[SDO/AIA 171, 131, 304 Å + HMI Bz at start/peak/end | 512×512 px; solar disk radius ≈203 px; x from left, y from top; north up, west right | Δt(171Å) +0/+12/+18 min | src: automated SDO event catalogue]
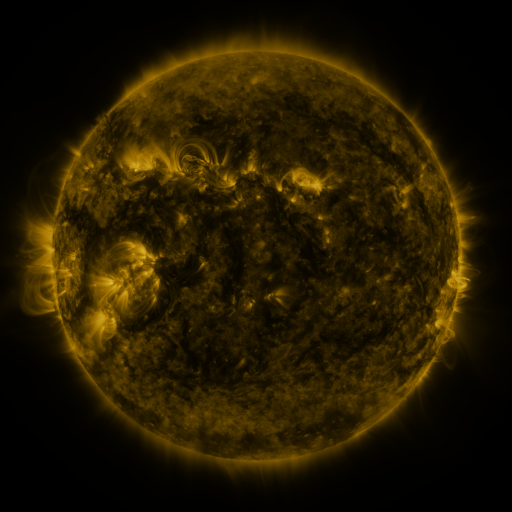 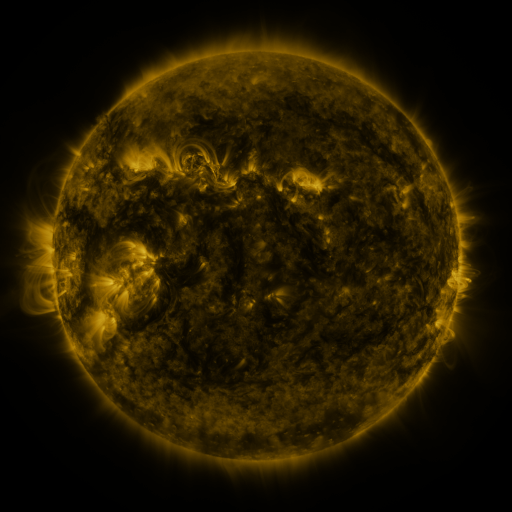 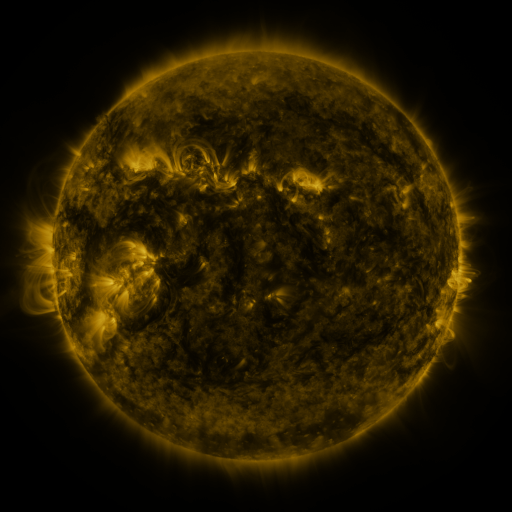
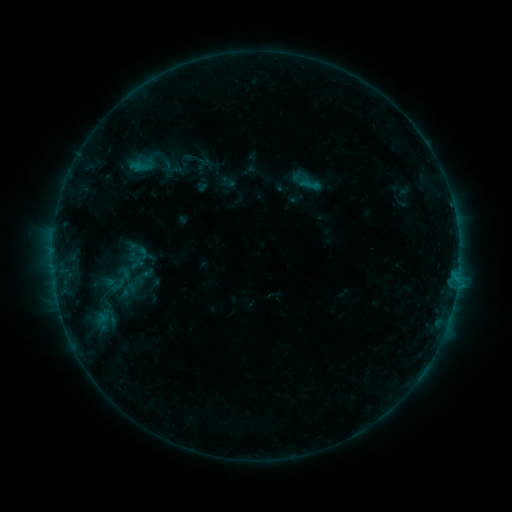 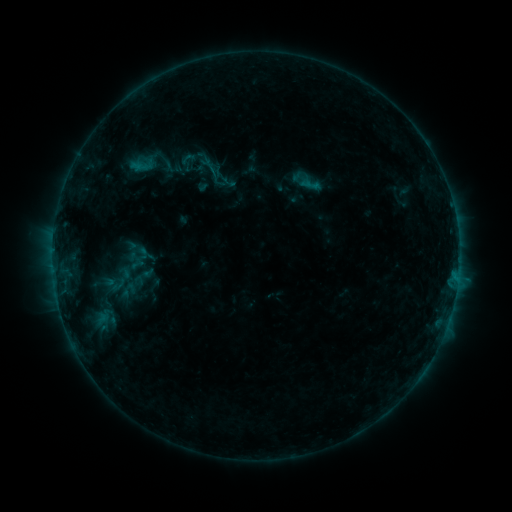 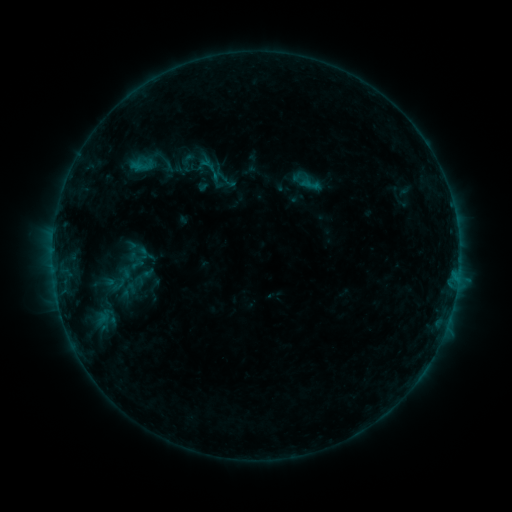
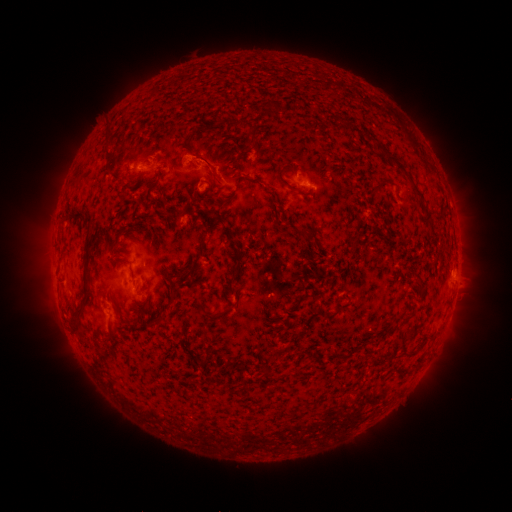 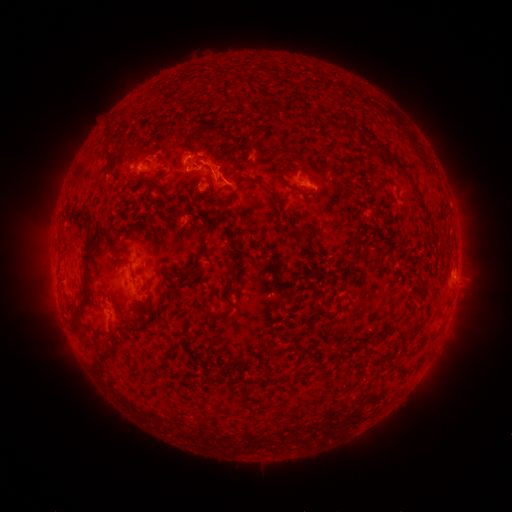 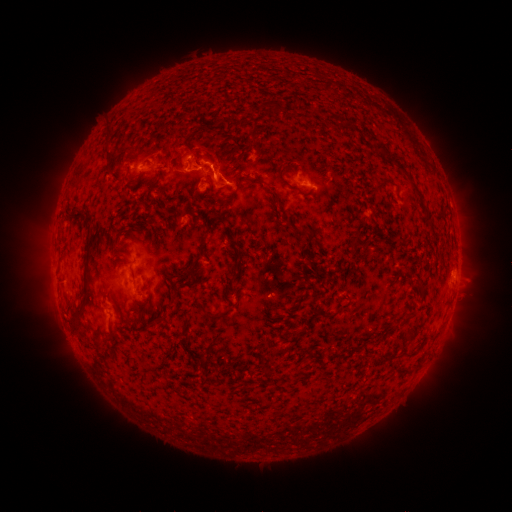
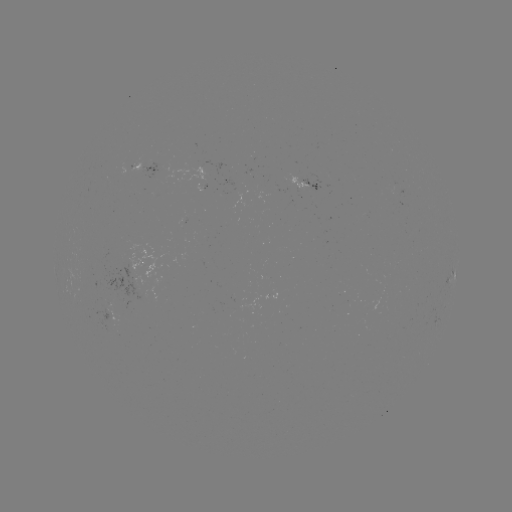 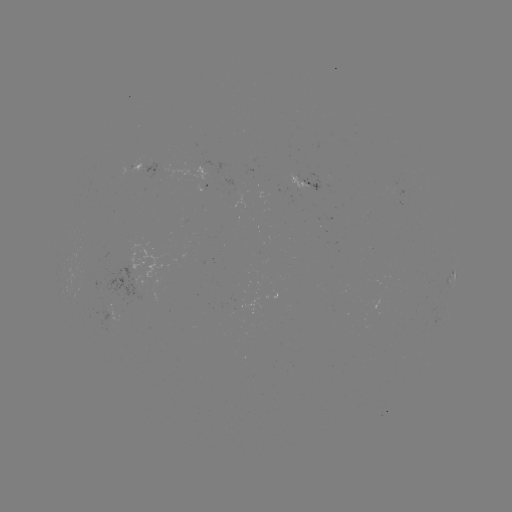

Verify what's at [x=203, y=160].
eruption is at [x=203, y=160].